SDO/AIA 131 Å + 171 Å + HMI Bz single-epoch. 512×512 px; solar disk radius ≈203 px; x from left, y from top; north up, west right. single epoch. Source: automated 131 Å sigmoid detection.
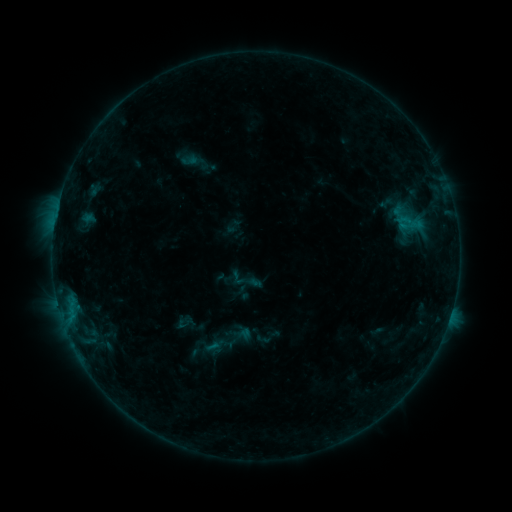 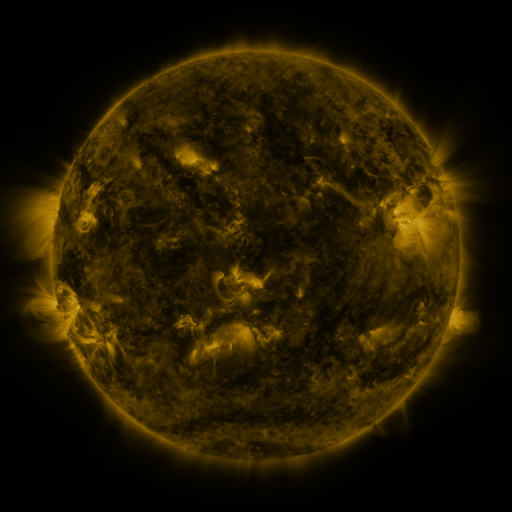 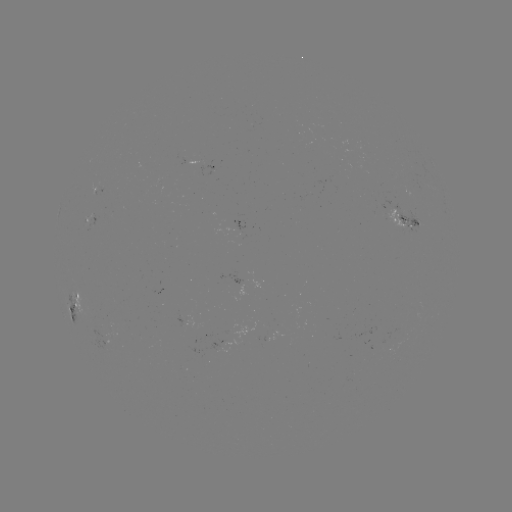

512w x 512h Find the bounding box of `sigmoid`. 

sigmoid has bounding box [228, 268, 247, 287].